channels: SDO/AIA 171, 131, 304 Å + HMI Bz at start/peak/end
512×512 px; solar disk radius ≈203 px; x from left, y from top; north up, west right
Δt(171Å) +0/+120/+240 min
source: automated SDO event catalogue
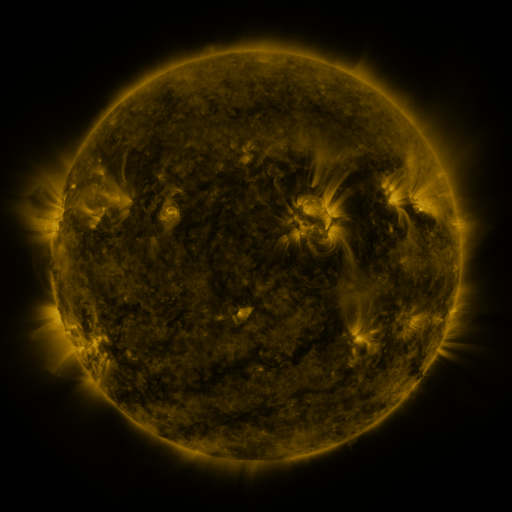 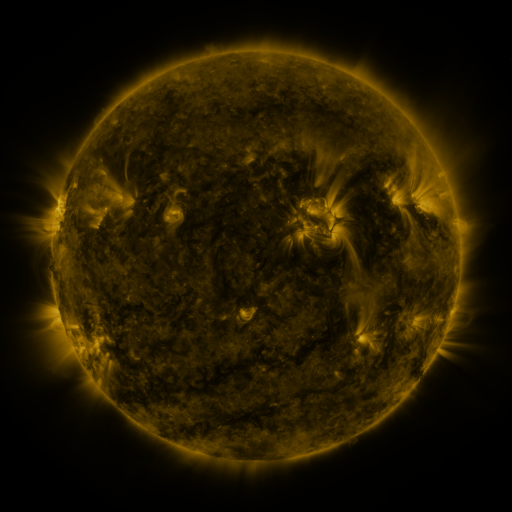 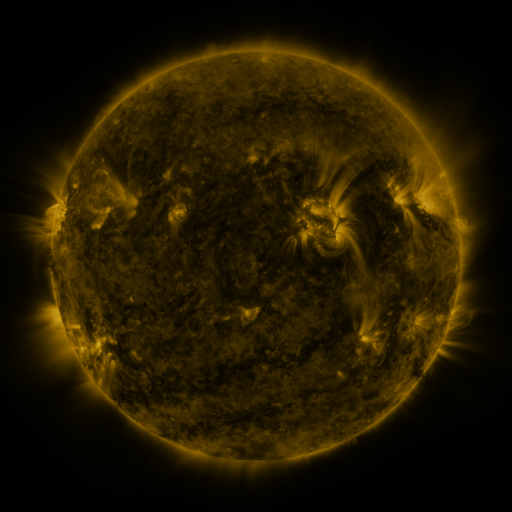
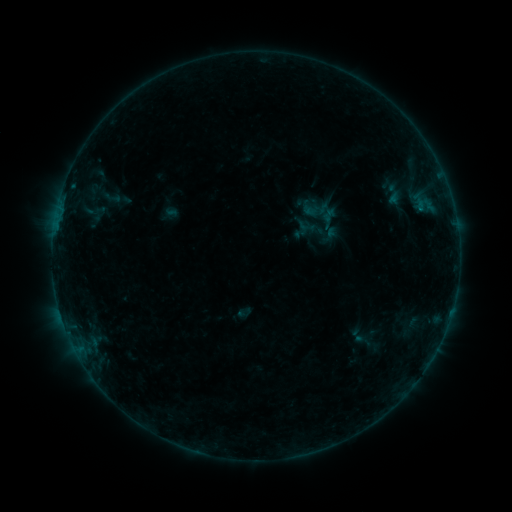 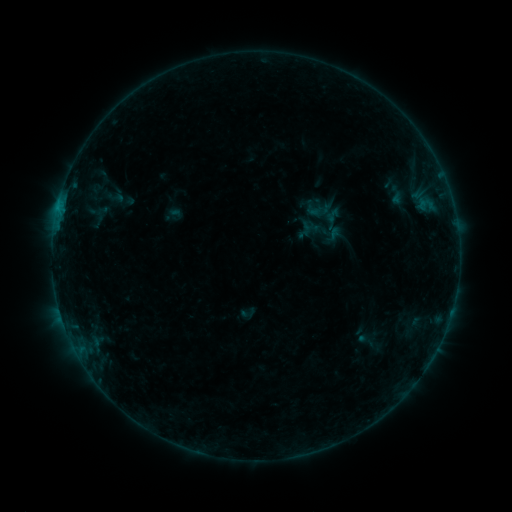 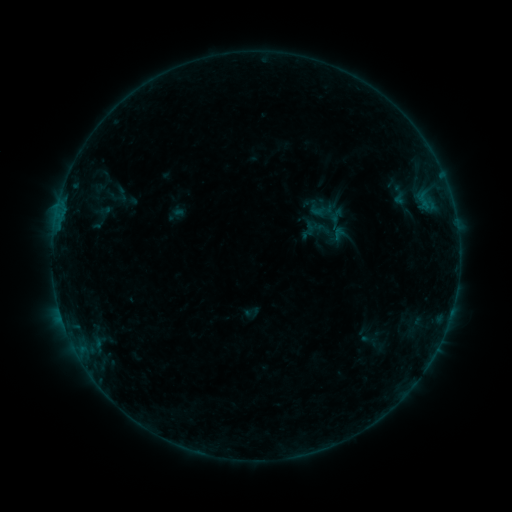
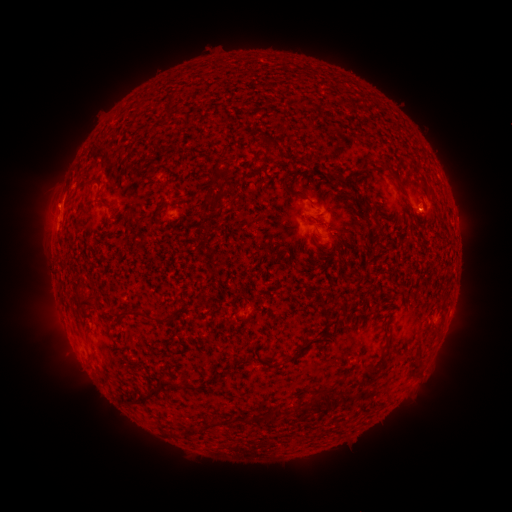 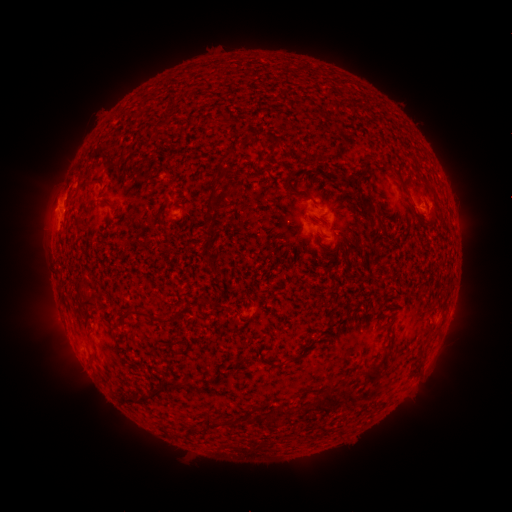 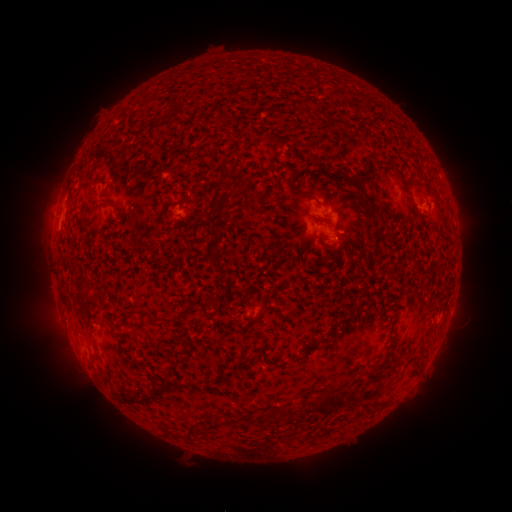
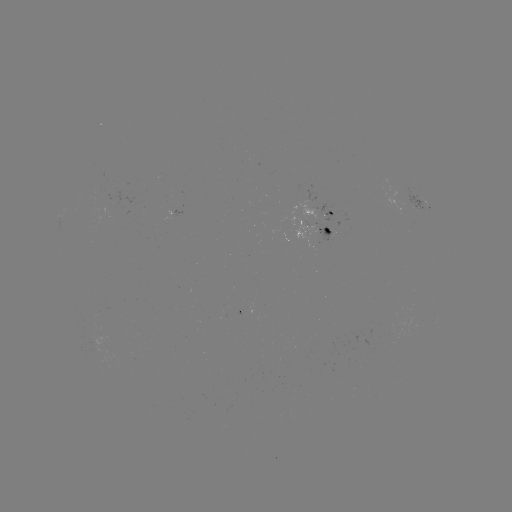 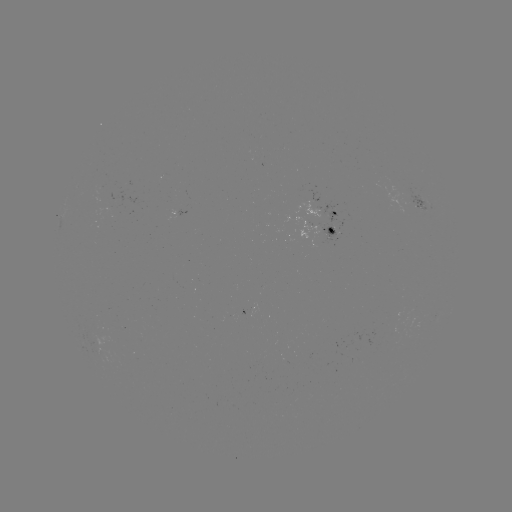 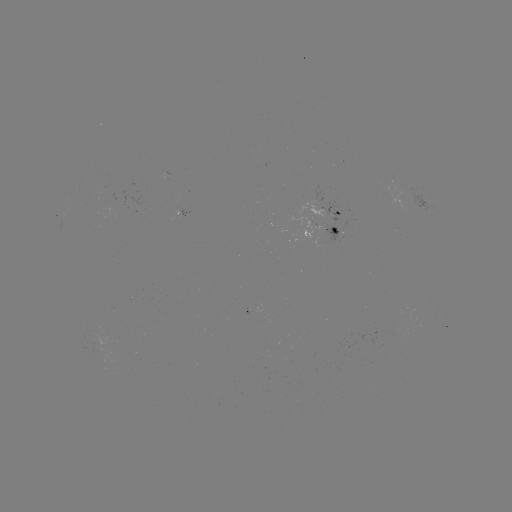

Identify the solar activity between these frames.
filament eruption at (41, 198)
